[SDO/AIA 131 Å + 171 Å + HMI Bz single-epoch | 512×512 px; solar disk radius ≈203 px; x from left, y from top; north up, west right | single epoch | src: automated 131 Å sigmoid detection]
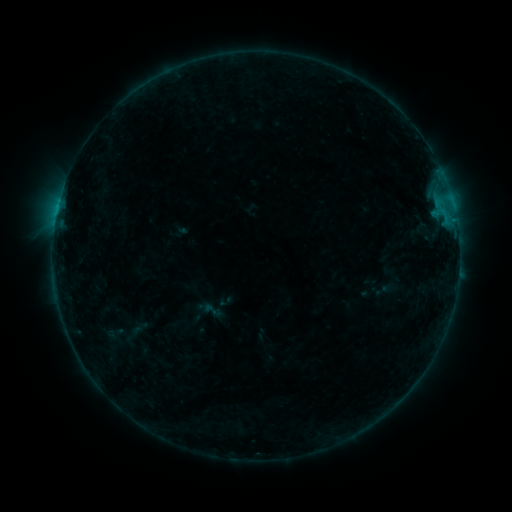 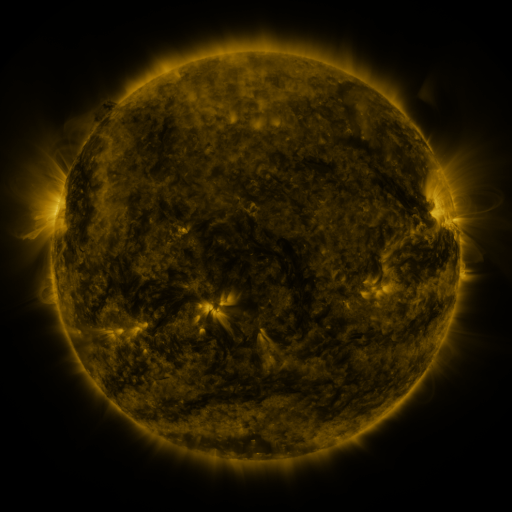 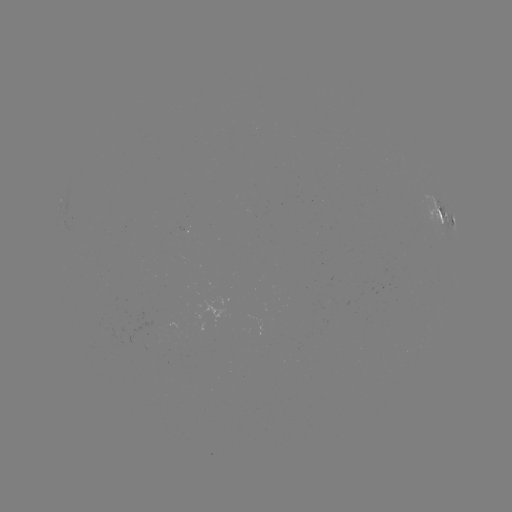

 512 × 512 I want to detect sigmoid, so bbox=[201, 300, 223, 321].